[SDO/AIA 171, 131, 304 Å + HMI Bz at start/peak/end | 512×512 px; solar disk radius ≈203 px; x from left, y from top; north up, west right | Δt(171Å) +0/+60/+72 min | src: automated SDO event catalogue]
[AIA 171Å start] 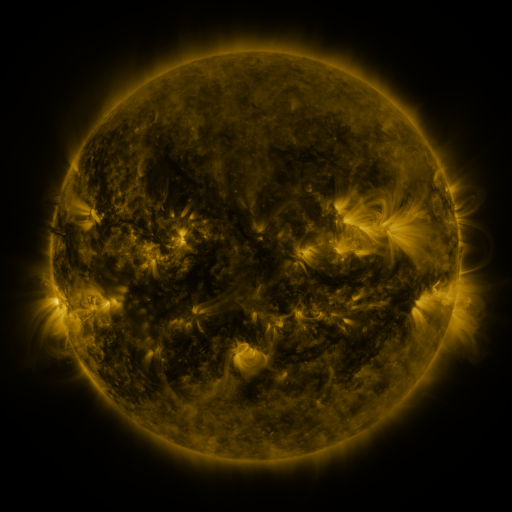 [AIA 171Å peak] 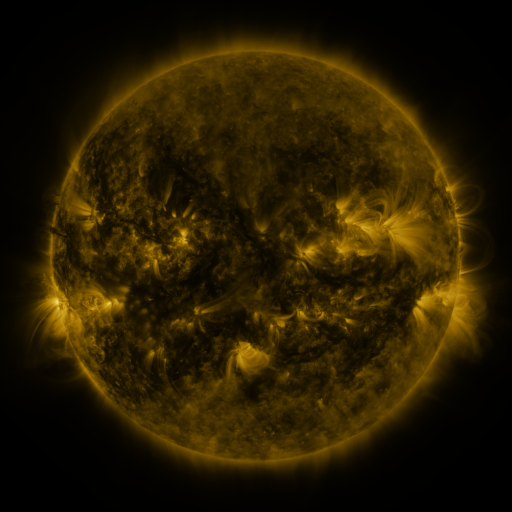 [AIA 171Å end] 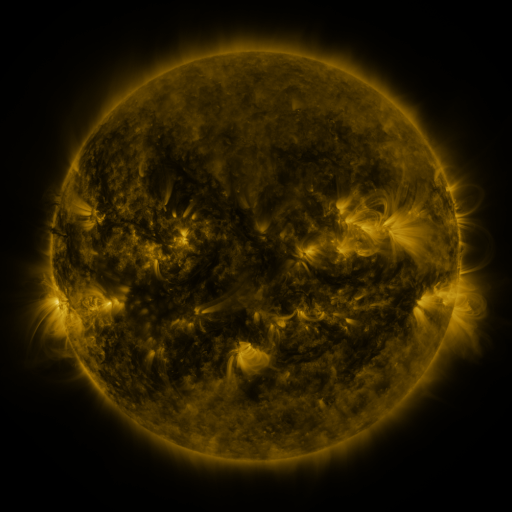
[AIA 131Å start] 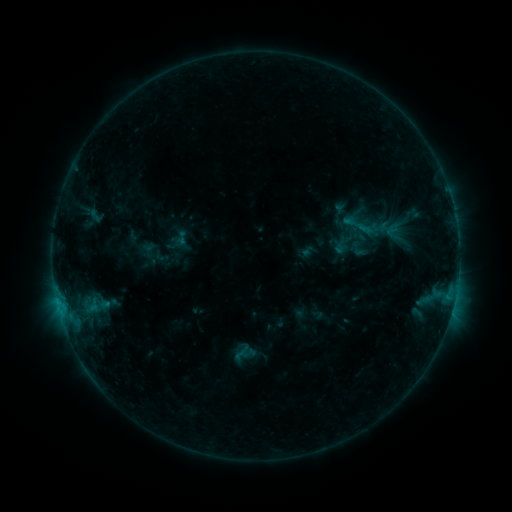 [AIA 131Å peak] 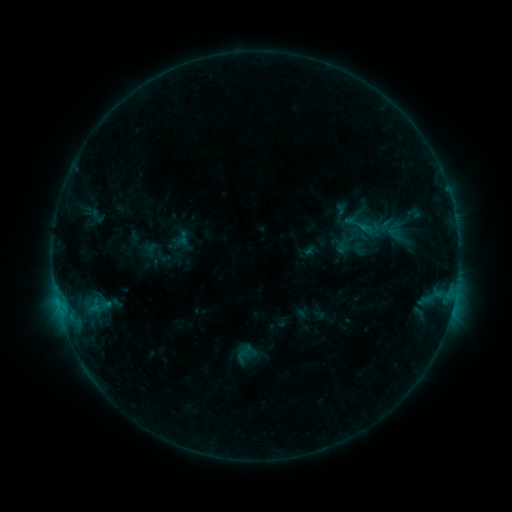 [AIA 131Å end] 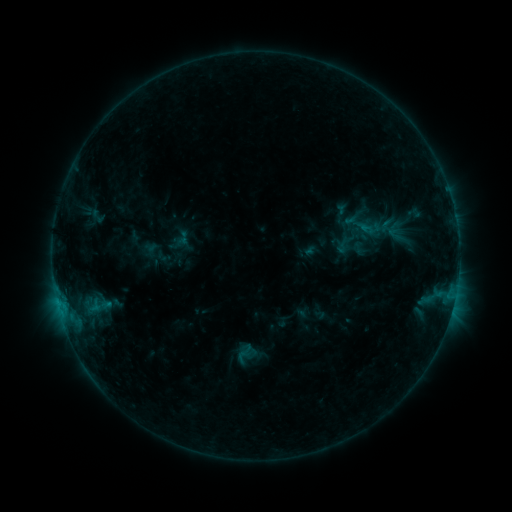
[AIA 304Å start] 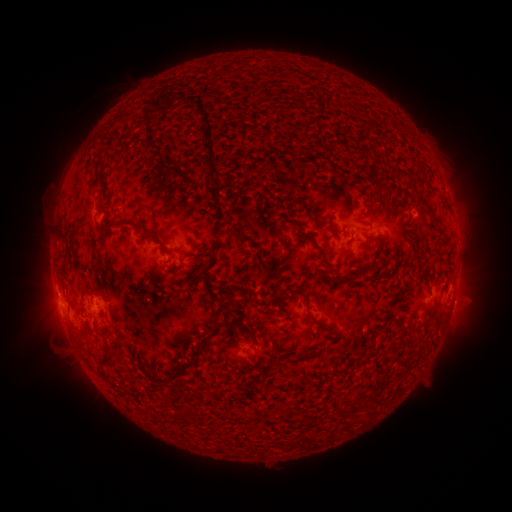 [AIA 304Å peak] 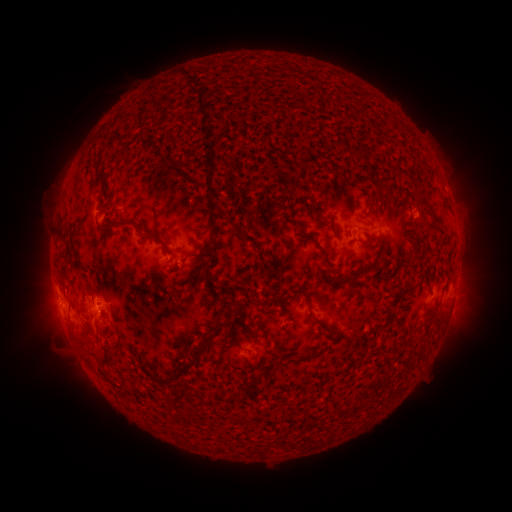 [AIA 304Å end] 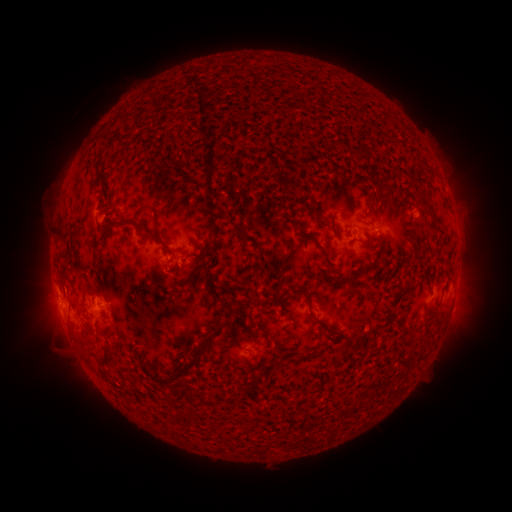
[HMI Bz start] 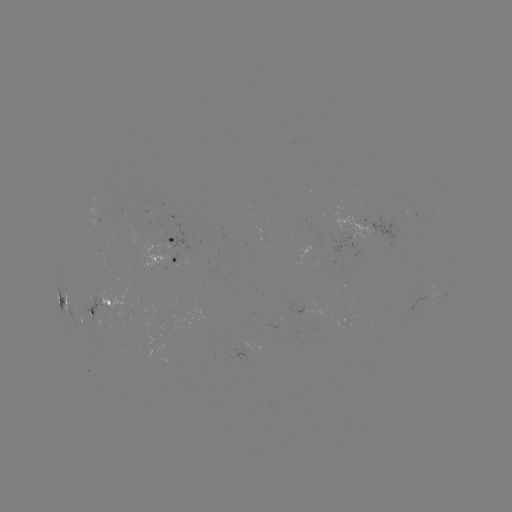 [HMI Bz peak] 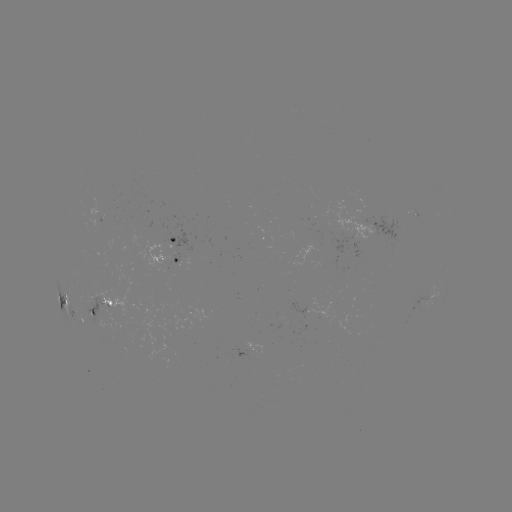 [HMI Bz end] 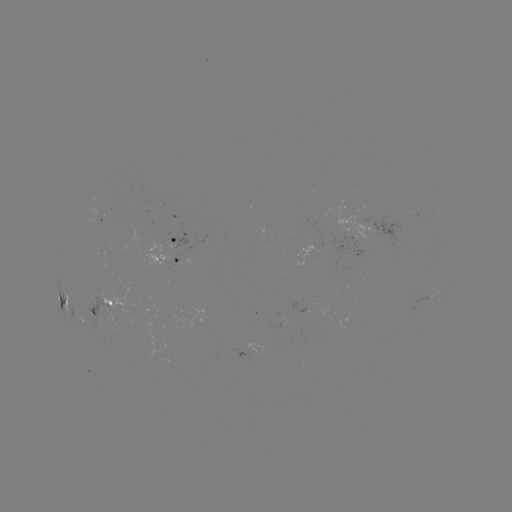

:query emerging-flux region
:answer [90, 303]